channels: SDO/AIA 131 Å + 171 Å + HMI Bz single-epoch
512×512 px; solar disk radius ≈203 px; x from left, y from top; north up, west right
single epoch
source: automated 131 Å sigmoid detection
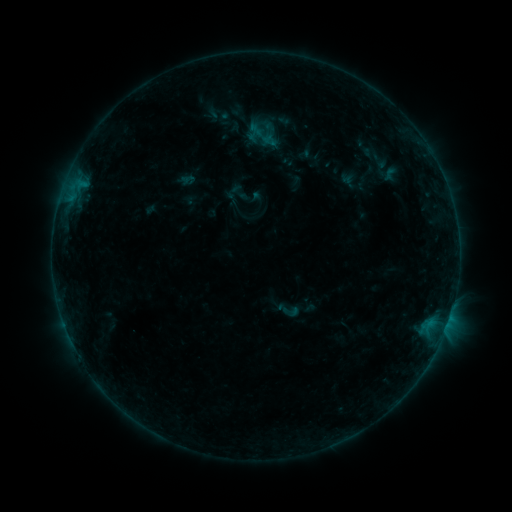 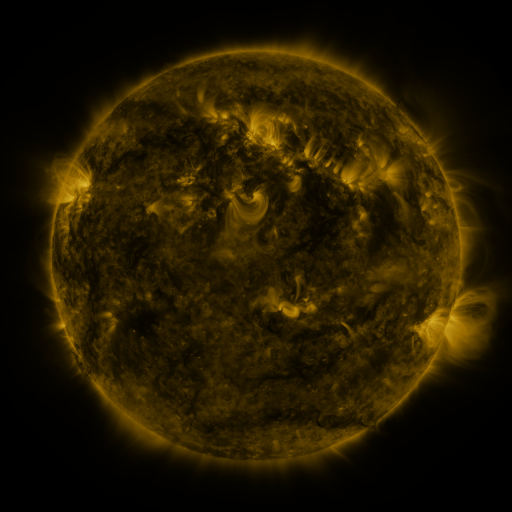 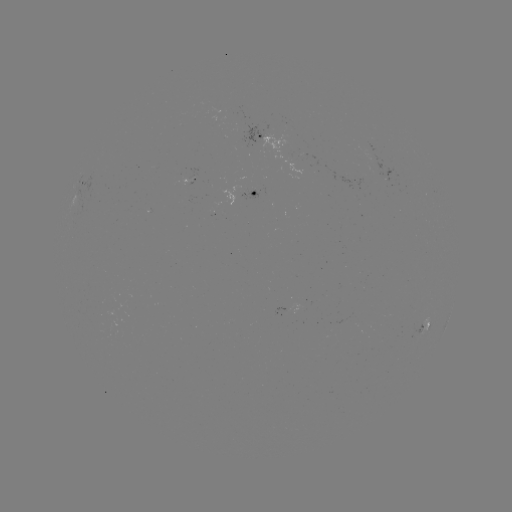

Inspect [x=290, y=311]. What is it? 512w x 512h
sigmoid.